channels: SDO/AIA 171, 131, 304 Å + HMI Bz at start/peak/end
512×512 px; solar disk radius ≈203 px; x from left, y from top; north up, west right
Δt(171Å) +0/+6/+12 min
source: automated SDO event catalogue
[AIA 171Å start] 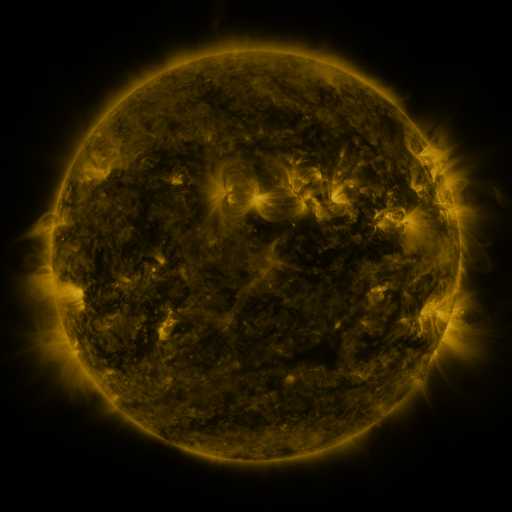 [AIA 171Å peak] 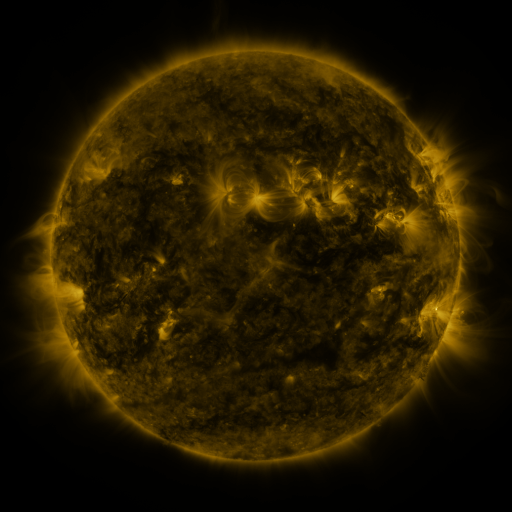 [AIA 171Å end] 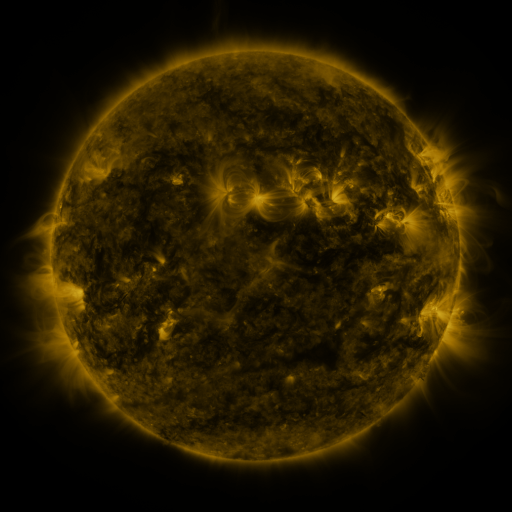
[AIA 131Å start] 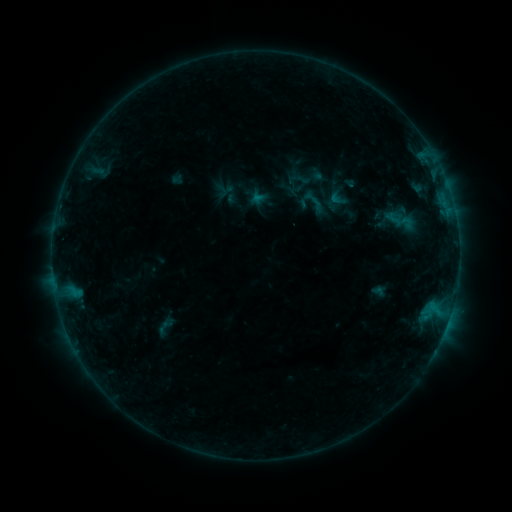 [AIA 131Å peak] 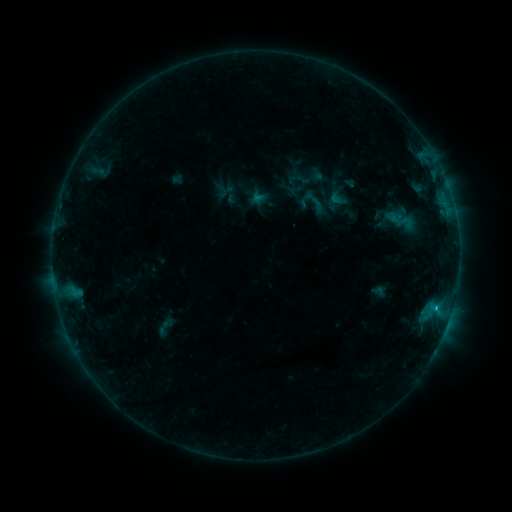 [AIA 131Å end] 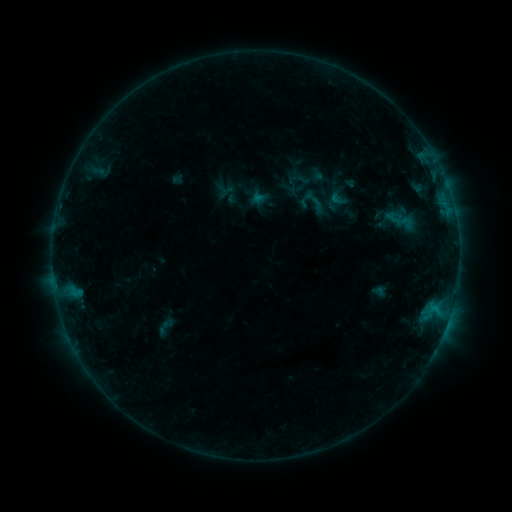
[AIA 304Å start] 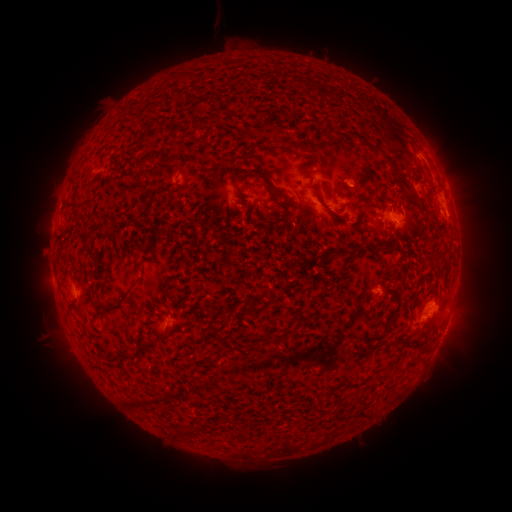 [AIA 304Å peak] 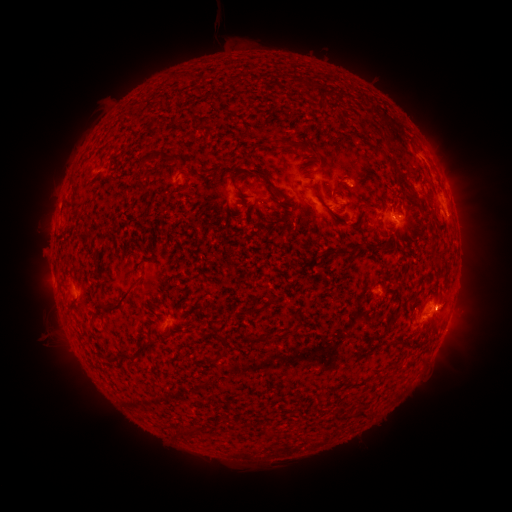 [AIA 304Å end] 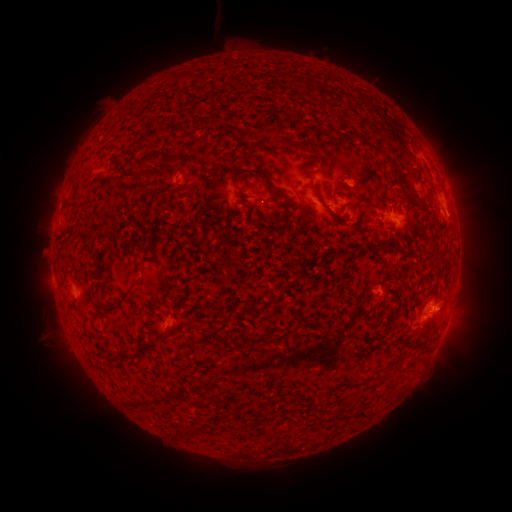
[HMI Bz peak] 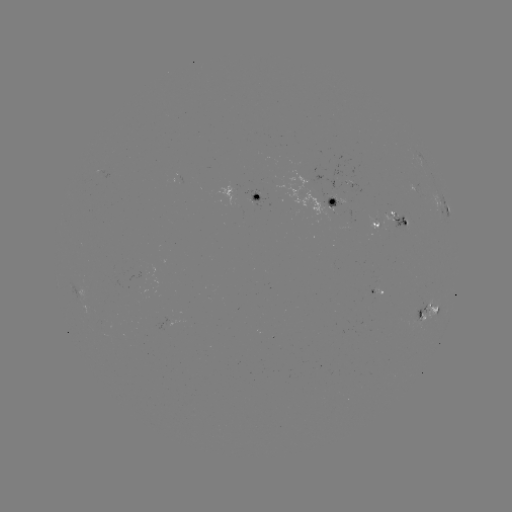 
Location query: B7.9 flare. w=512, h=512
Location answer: [423, 313].